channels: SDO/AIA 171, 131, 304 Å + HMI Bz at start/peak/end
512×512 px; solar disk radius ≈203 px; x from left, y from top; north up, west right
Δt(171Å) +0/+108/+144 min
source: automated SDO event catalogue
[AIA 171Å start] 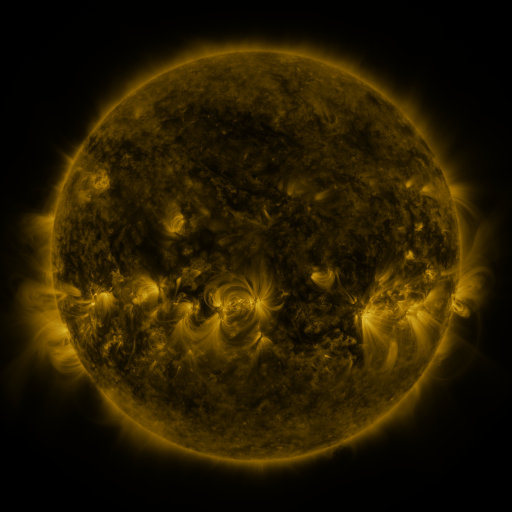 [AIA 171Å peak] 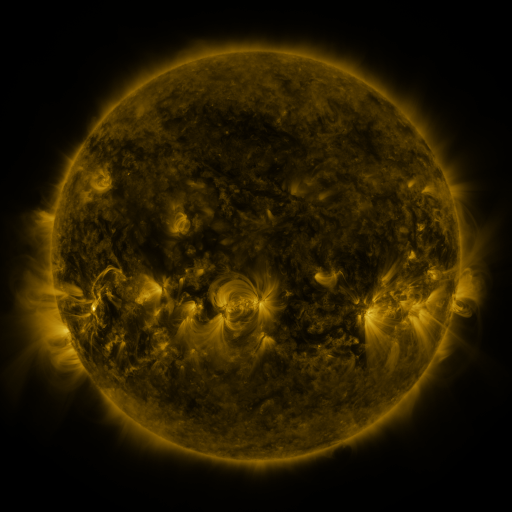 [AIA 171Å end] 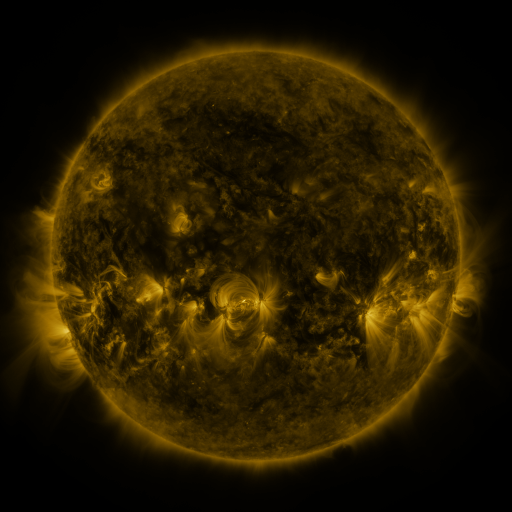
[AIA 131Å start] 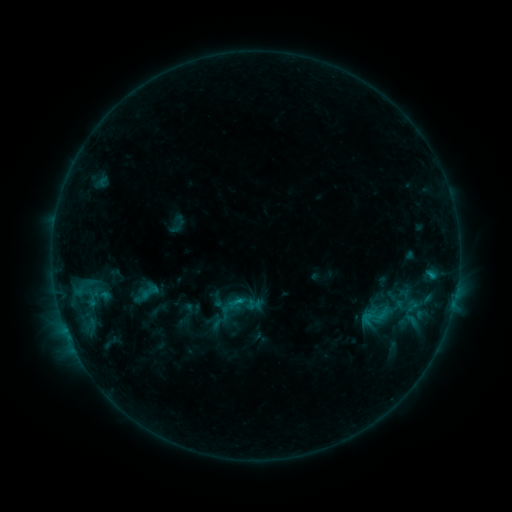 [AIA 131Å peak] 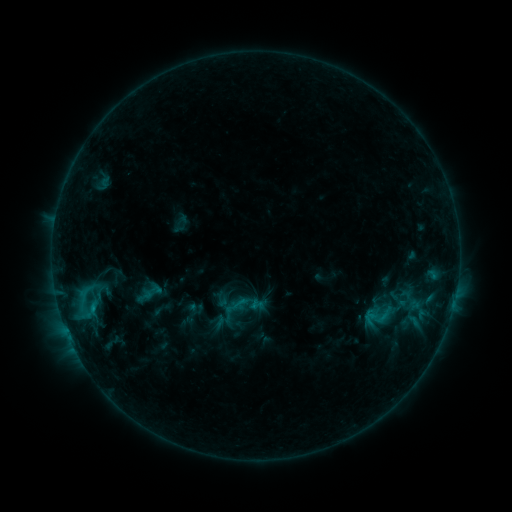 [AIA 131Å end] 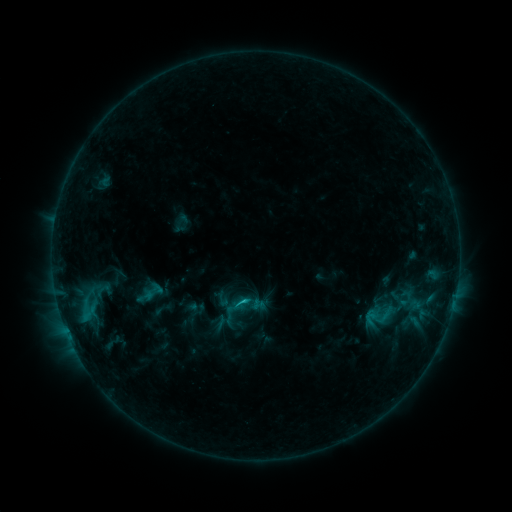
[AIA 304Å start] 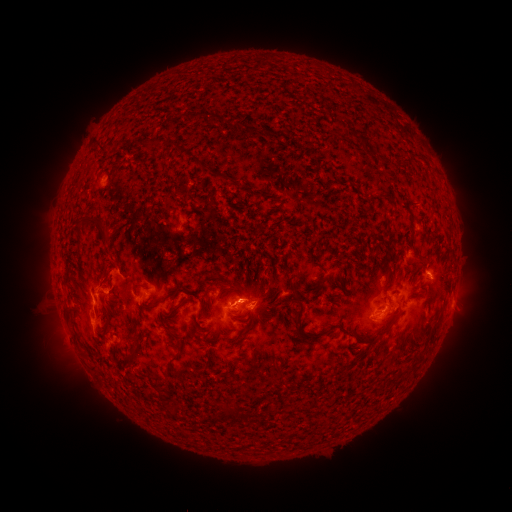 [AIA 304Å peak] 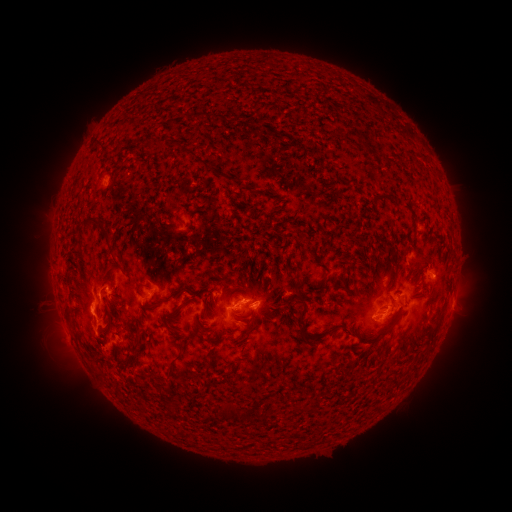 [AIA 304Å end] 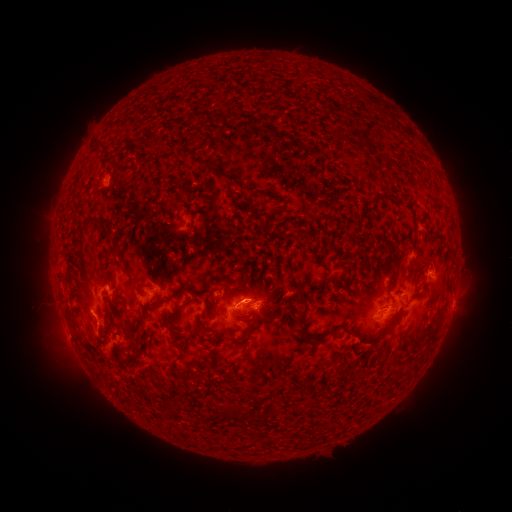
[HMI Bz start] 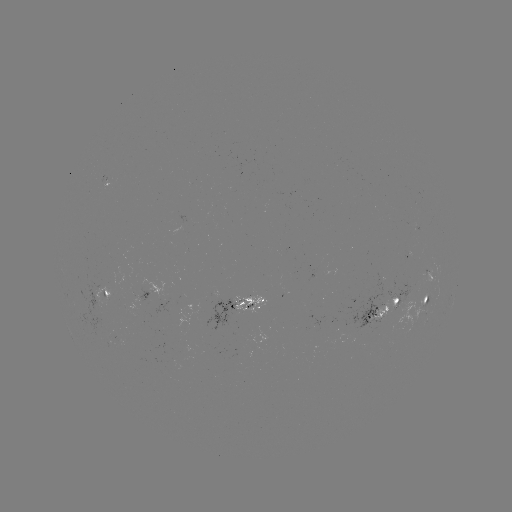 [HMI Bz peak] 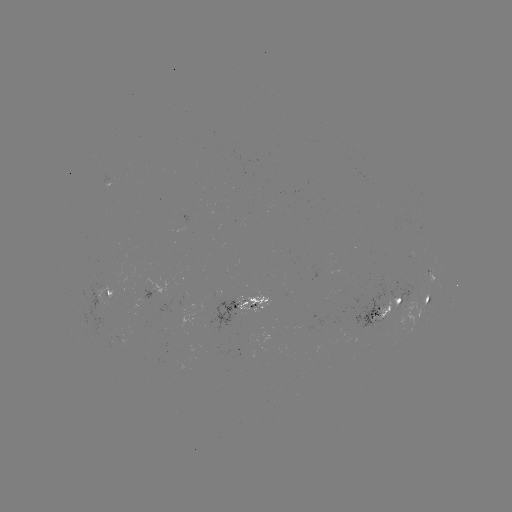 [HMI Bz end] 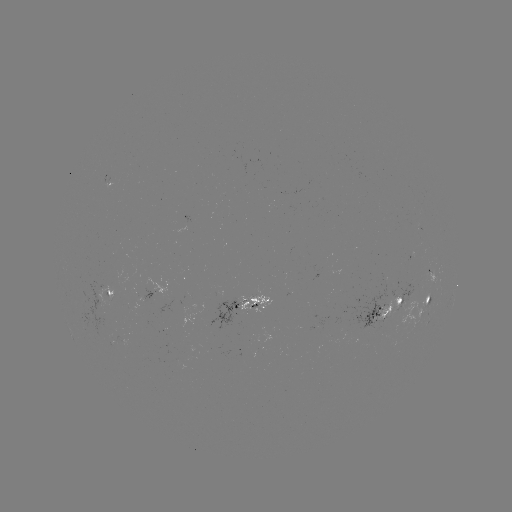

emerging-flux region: [371, 298, 399, 323]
